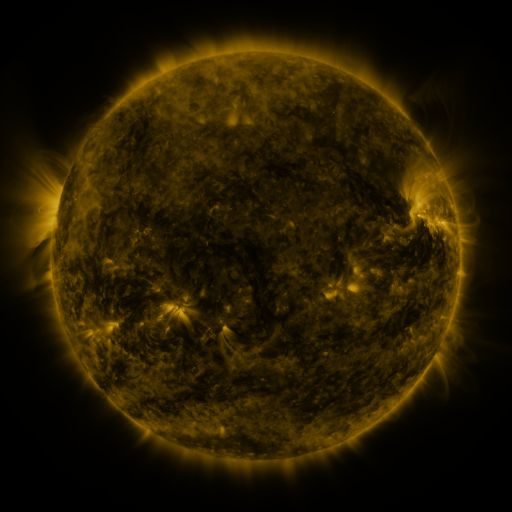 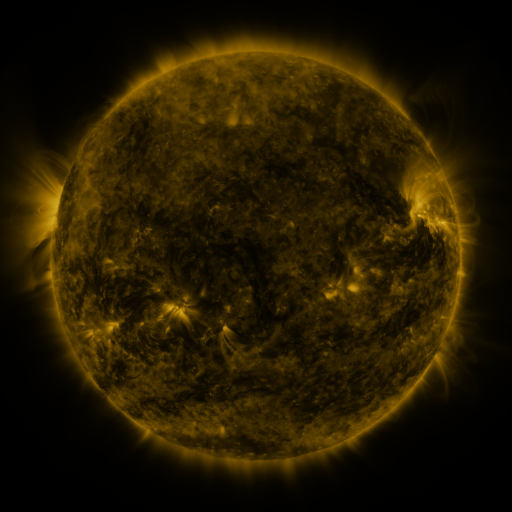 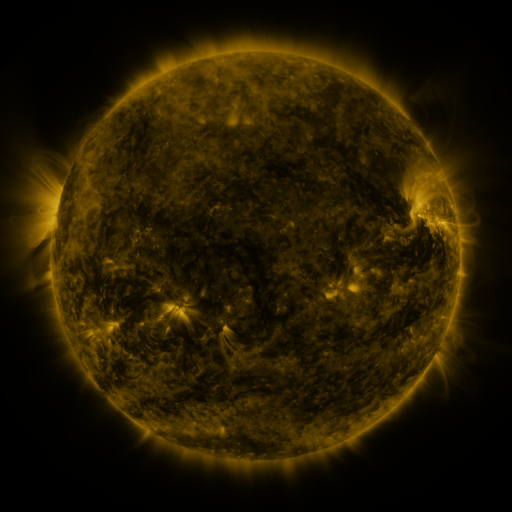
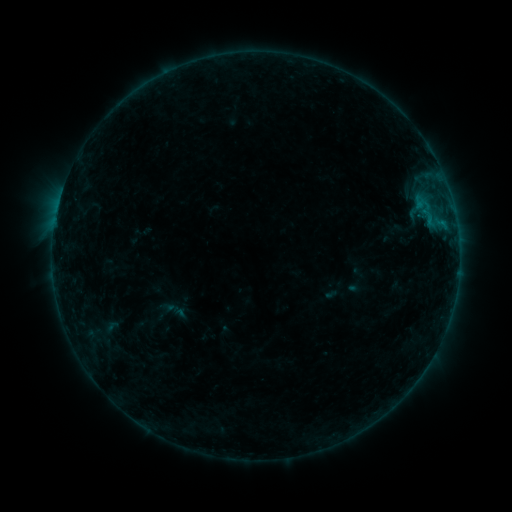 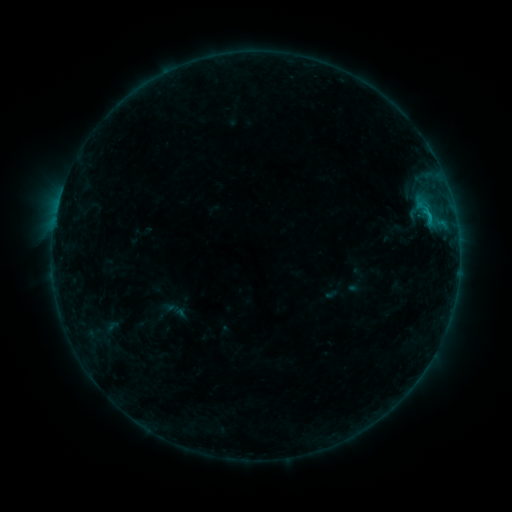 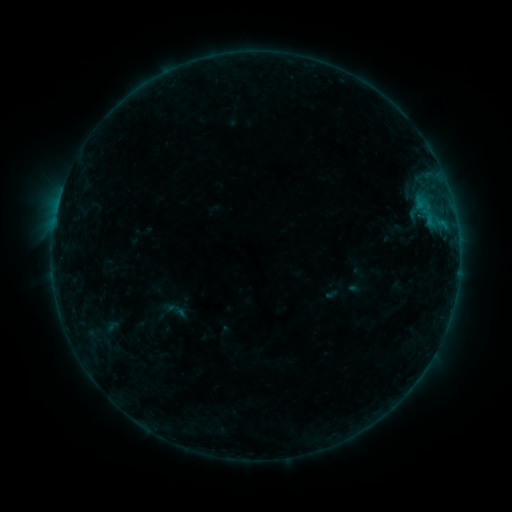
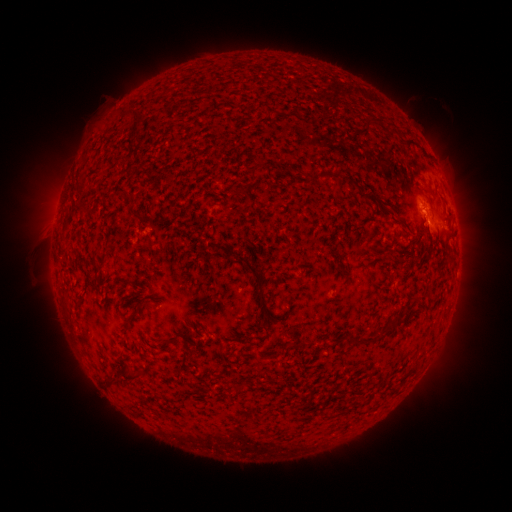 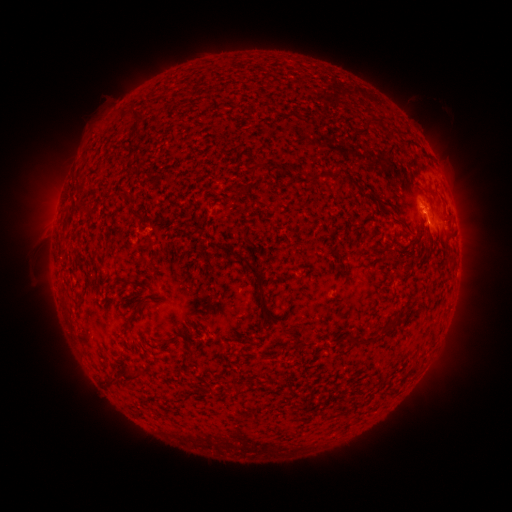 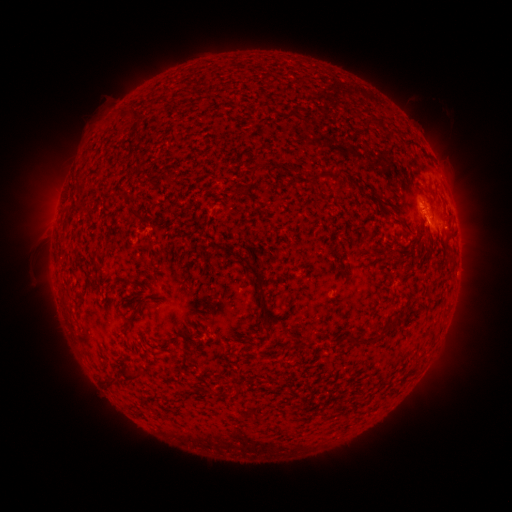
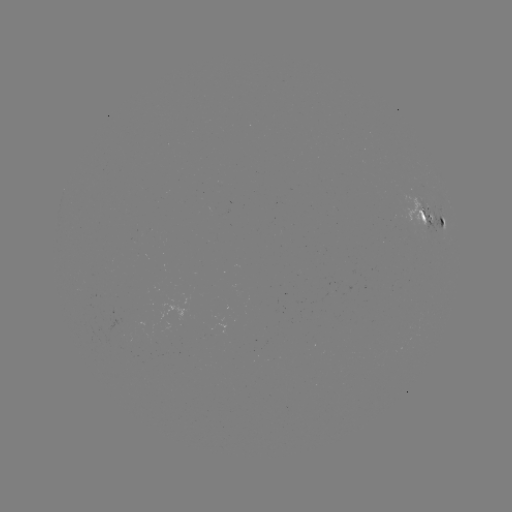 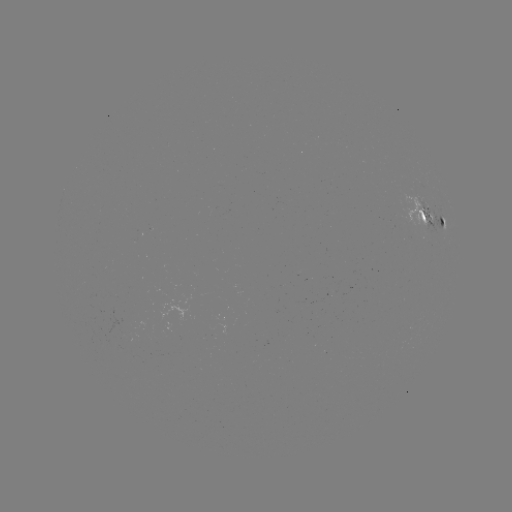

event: flare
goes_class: B7.9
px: (429, 221)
